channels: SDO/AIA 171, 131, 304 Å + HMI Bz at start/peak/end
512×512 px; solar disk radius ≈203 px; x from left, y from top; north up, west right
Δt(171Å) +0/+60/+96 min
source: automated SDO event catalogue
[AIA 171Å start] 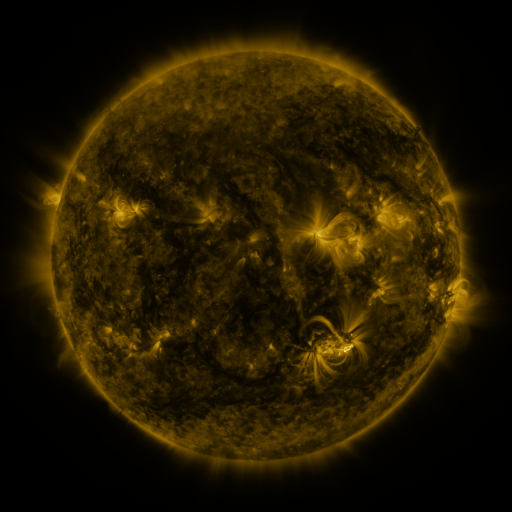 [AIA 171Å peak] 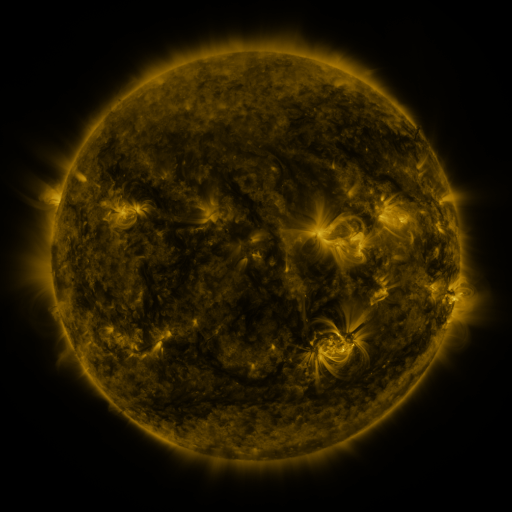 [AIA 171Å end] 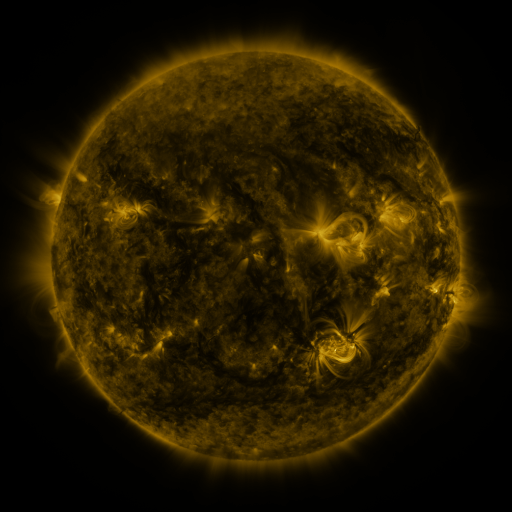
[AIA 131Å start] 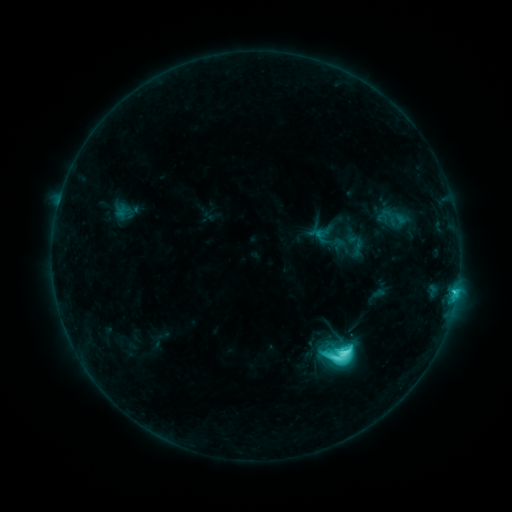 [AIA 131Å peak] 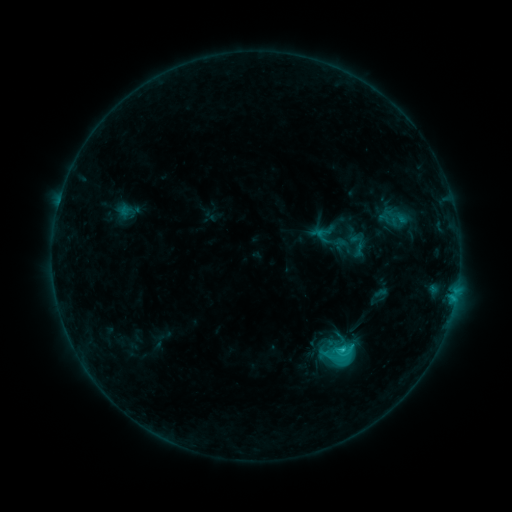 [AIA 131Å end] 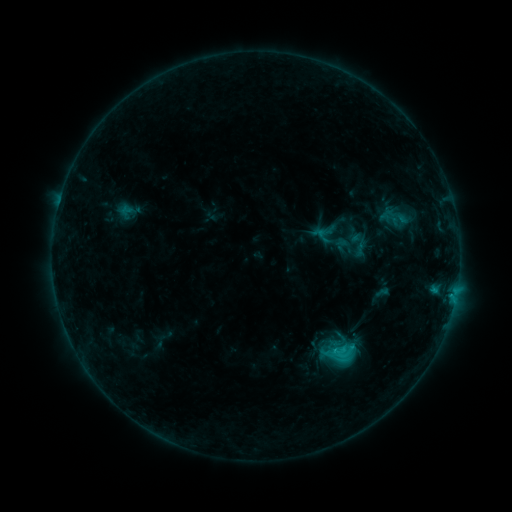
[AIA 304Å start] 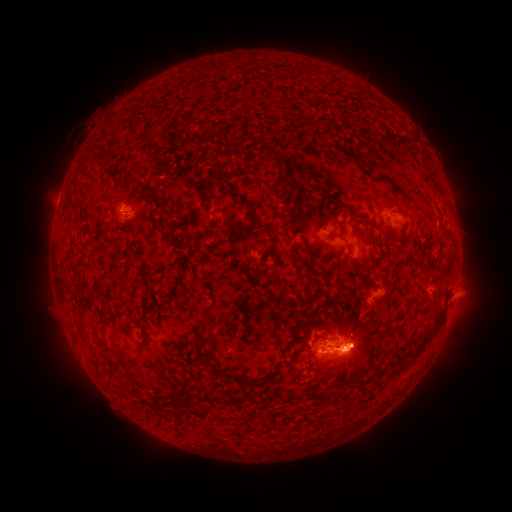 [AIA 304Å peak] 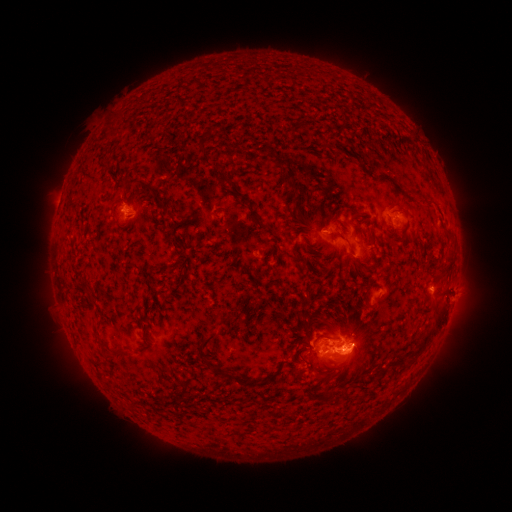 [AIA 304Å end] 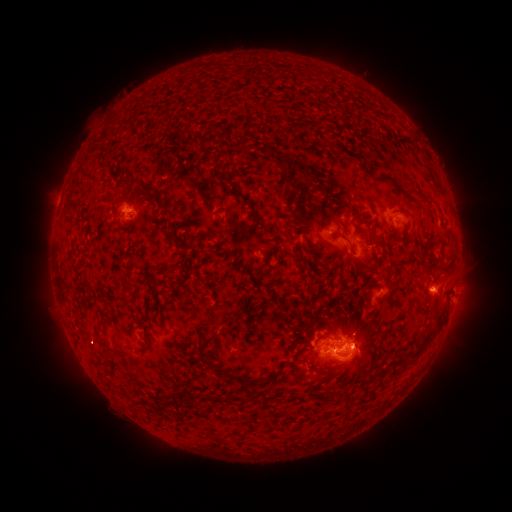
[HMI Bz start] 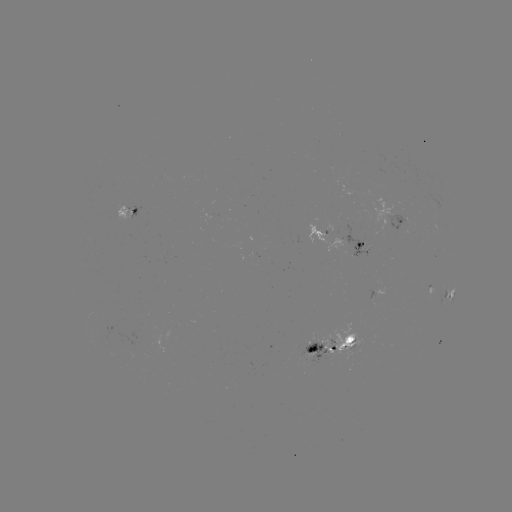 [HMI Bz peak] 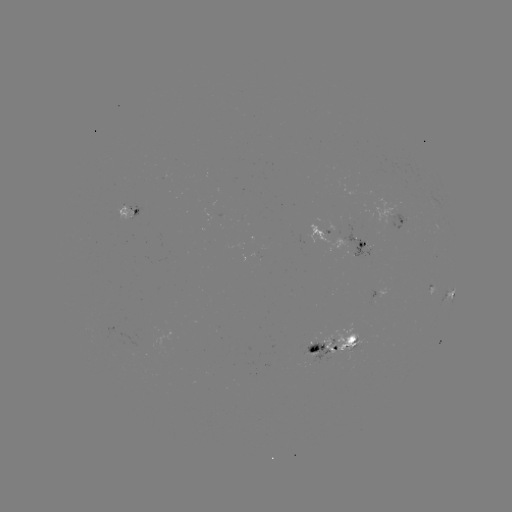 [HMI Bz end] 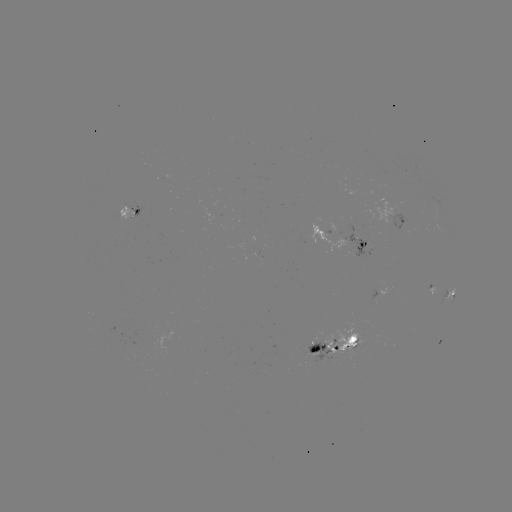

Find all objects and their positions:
emerging-flux region: (389, 226)
